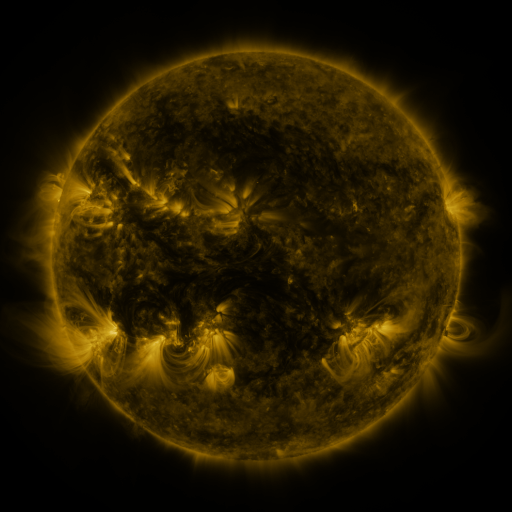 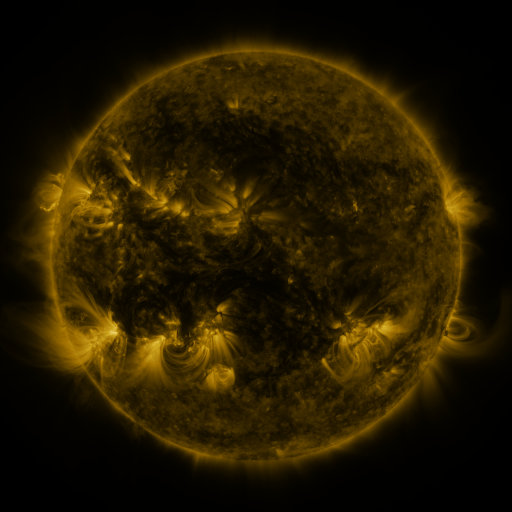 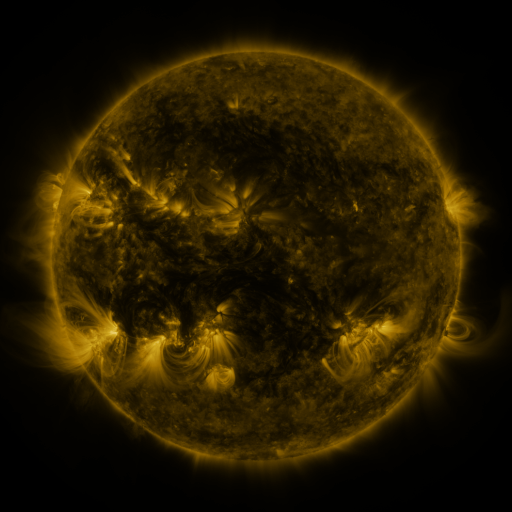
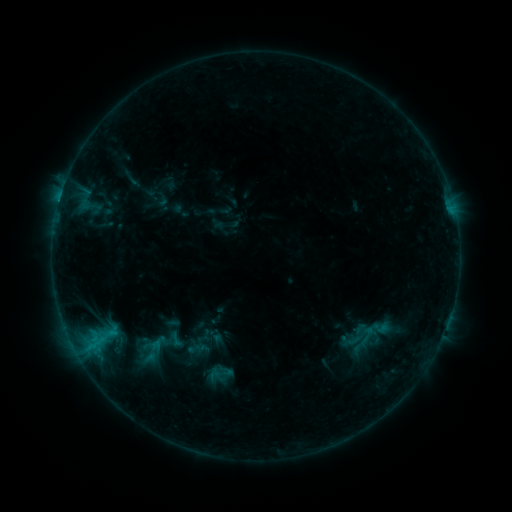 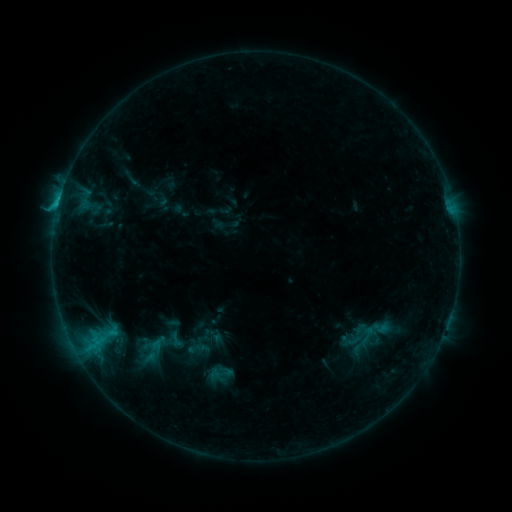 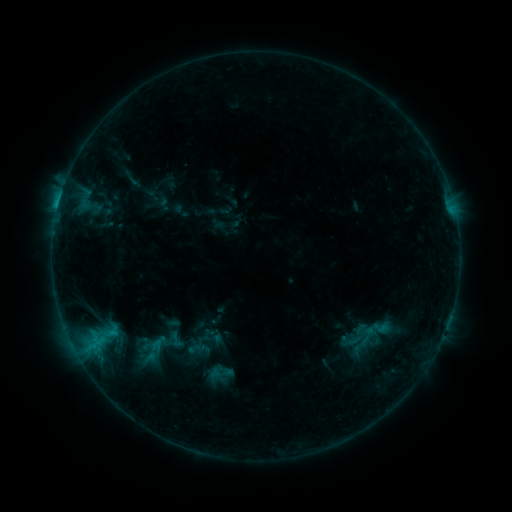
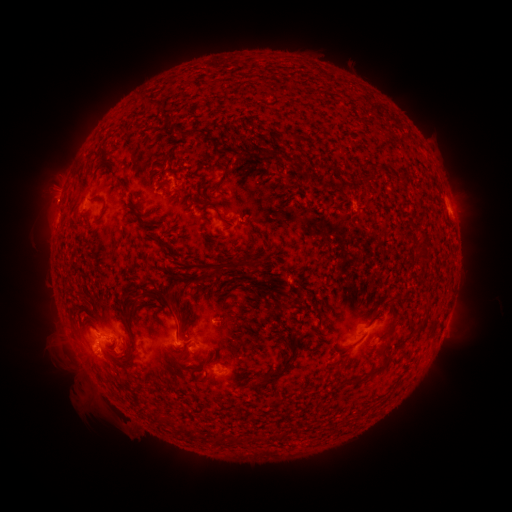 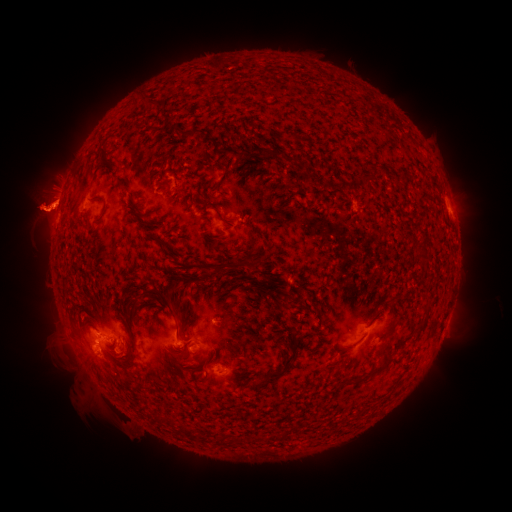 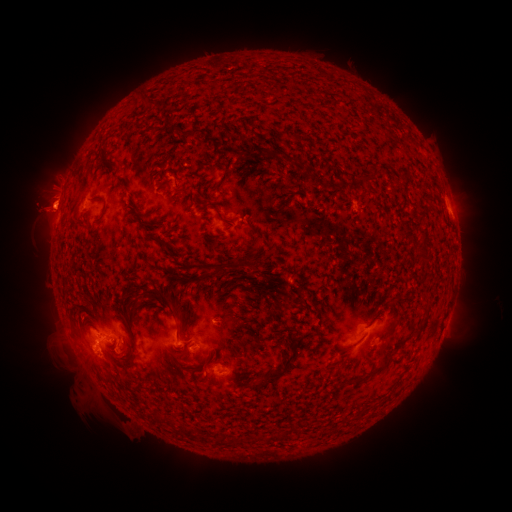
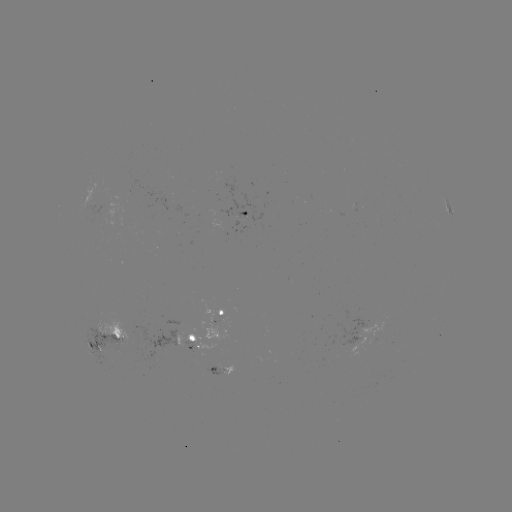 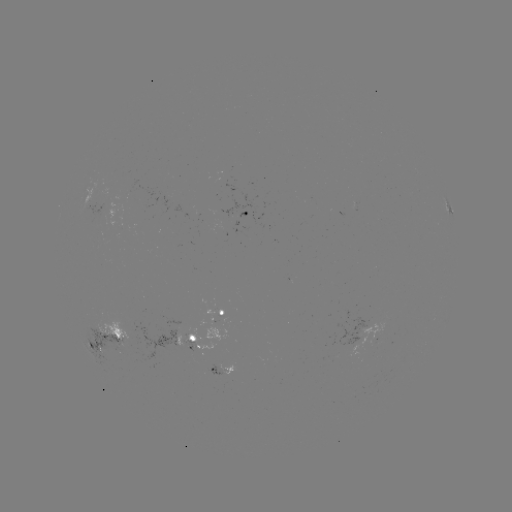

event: eruption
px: (49, 208)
